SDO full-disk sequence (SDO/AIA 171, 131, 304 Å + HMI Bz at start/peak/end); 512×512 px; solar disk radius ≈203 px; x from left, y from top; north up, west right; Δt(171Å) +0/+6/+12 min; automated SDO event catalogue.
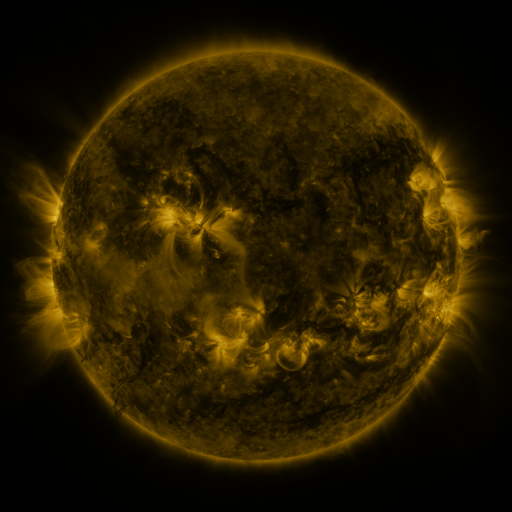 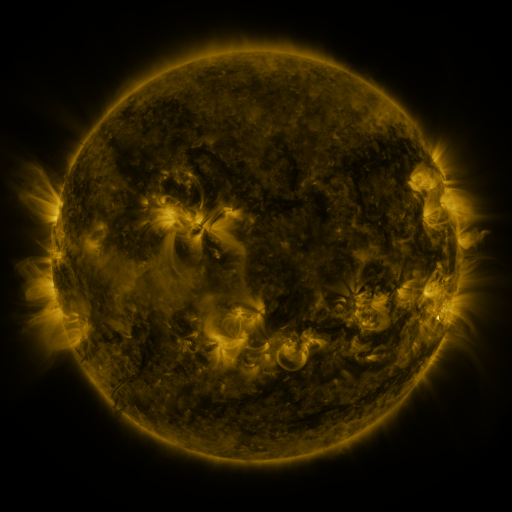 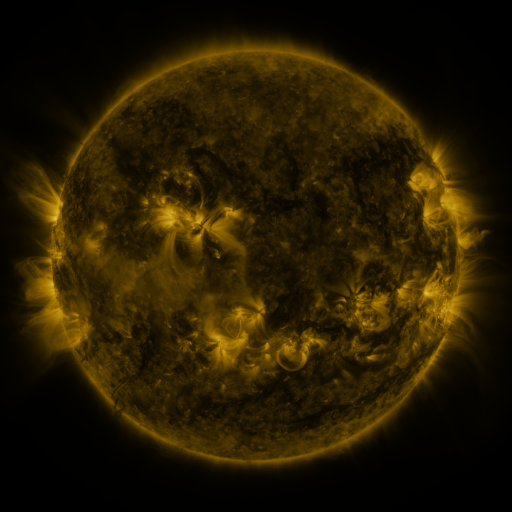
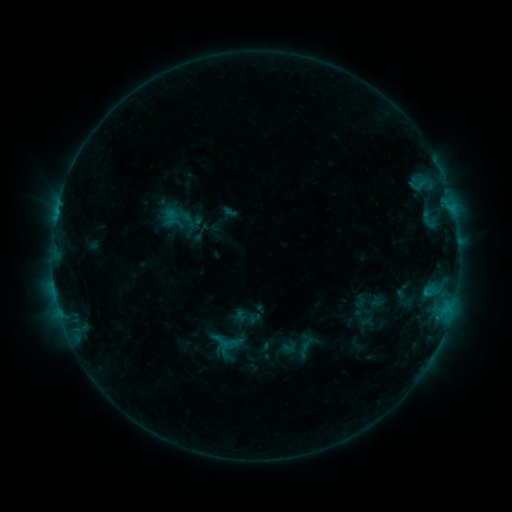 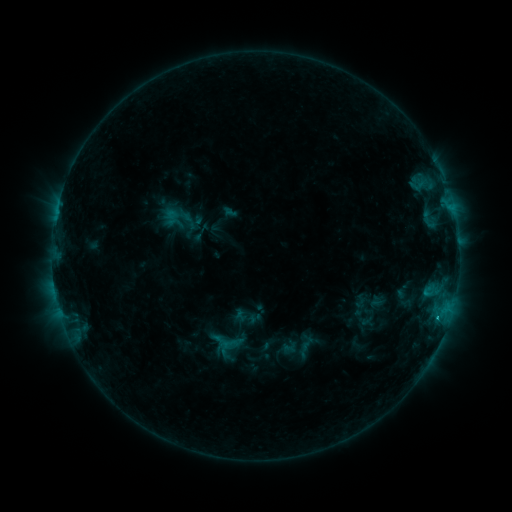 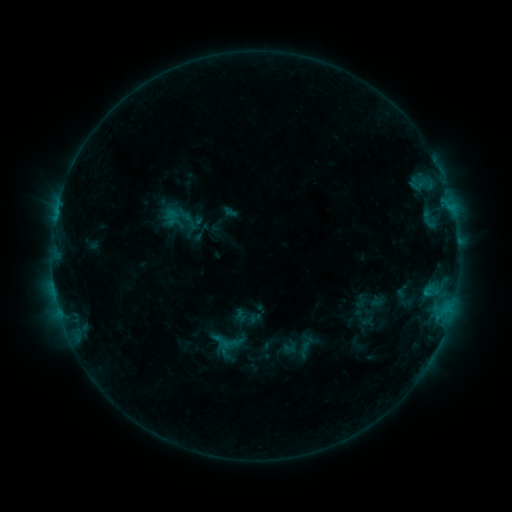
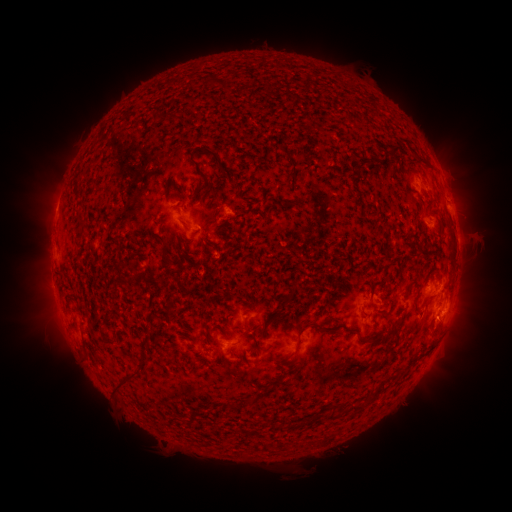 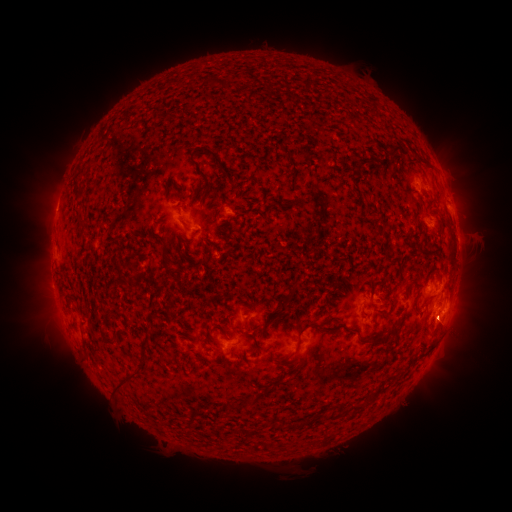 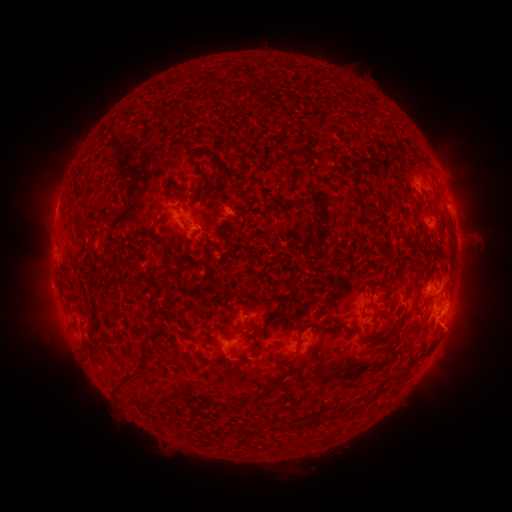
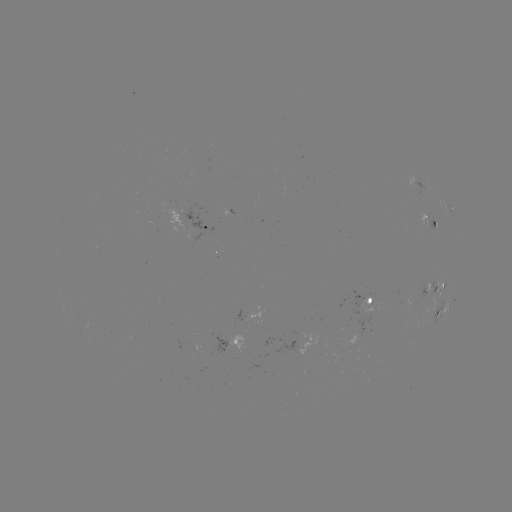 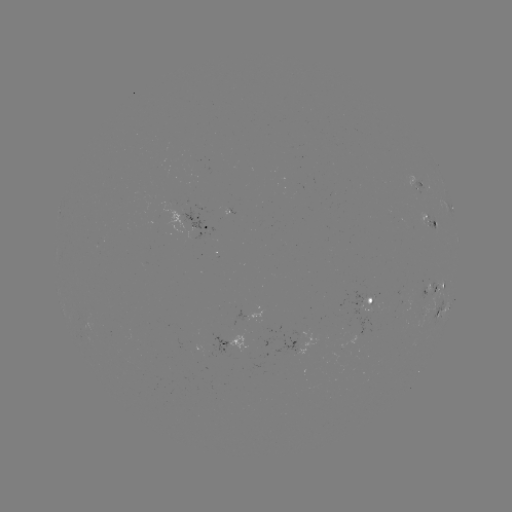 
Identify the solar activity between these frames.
B9.2 flare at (436, 317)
